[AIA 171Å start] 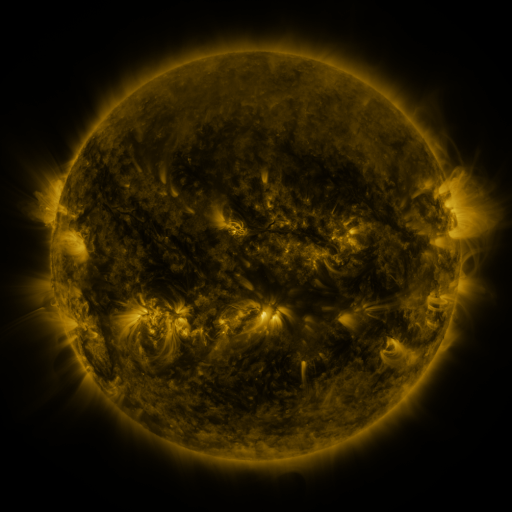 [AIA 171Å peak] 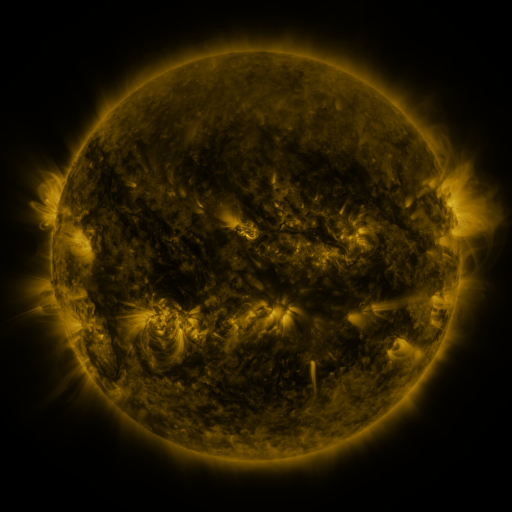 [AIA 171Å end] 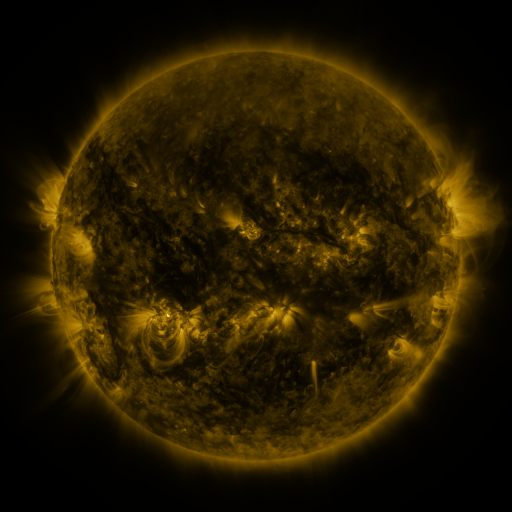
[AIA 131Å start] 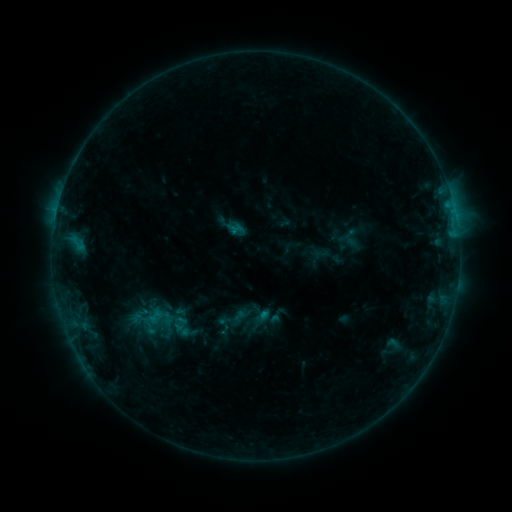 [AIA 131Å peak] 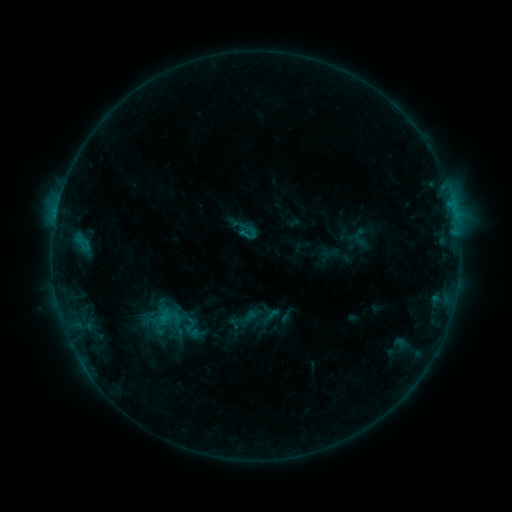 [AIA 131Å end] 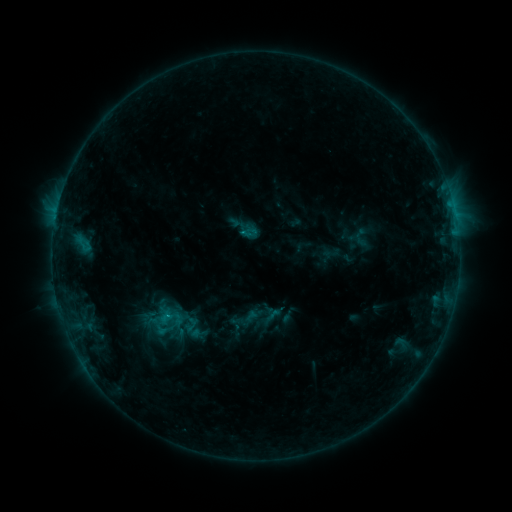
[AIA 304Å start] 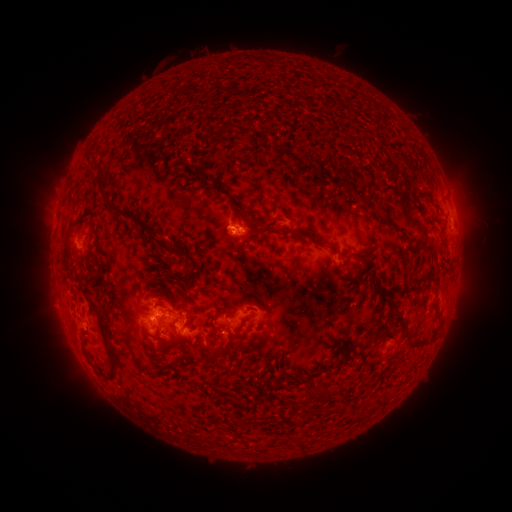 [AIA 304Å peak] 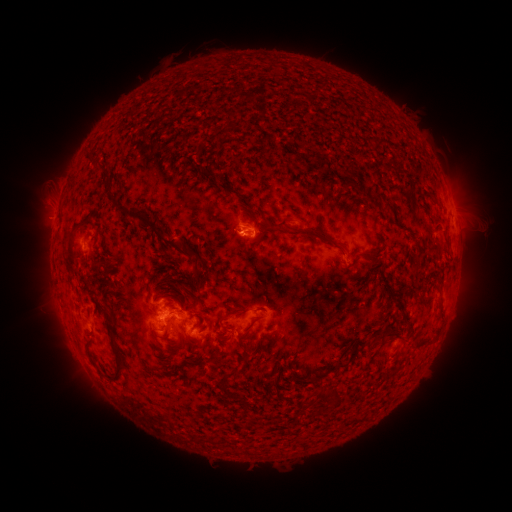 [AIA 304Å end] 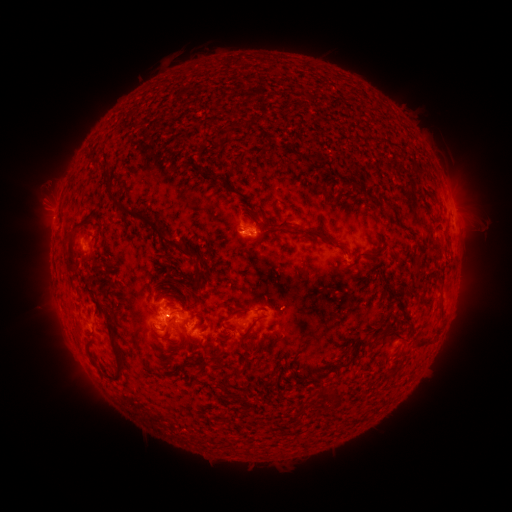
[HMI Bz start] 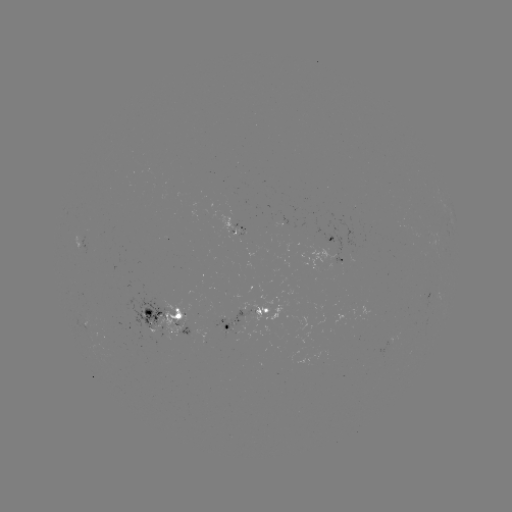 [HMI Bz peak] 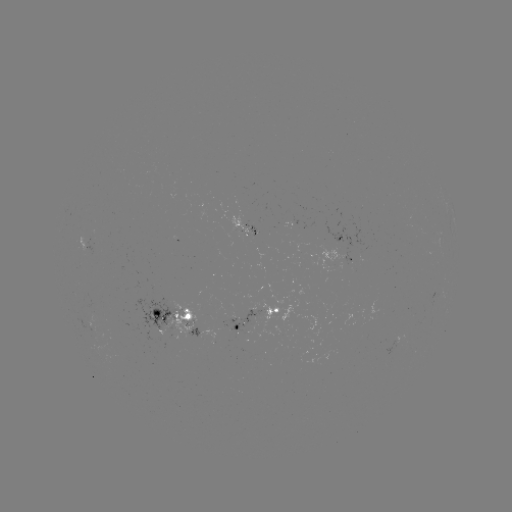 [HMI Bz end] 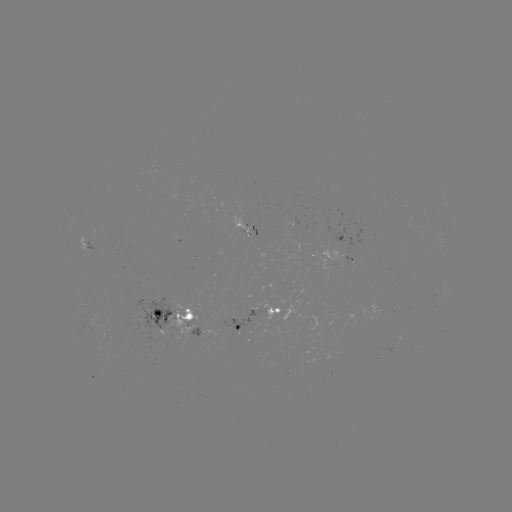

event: emerging-flux region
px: (261, 237)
